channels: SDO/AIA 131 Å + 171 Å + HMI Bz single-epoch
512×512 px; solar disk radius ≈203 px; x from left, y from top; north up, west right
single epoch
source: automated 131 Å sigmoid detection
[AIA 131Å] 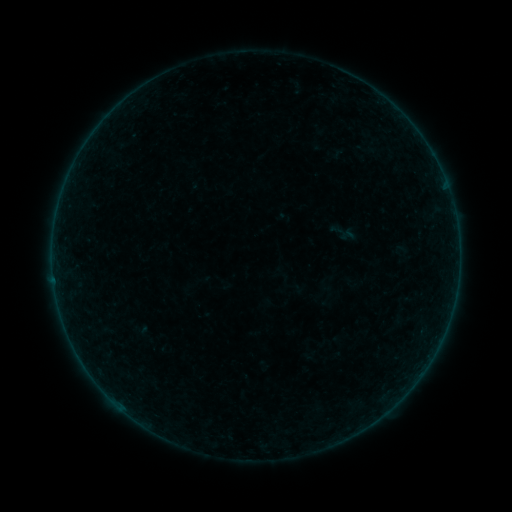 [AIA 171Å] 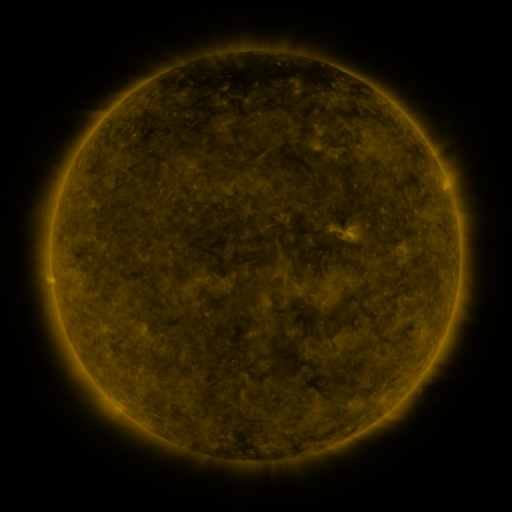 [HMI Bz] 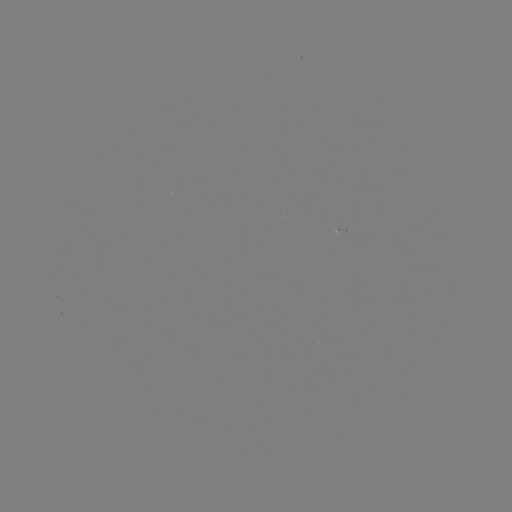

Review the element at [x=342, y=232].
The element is sigmoid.